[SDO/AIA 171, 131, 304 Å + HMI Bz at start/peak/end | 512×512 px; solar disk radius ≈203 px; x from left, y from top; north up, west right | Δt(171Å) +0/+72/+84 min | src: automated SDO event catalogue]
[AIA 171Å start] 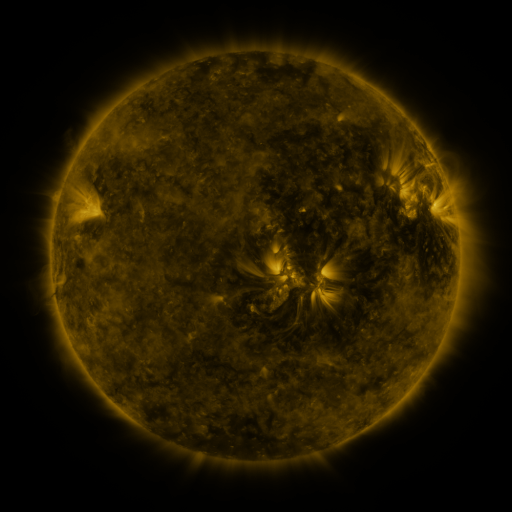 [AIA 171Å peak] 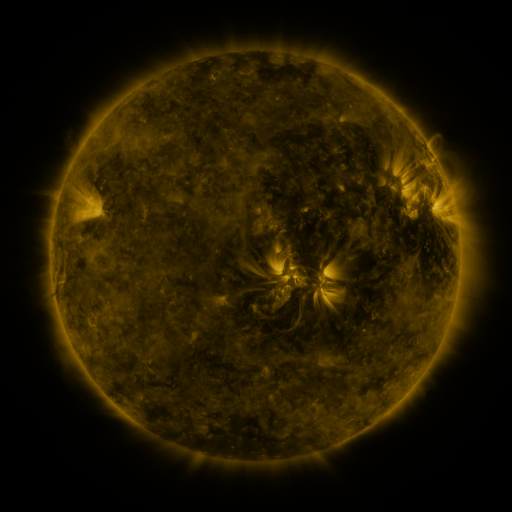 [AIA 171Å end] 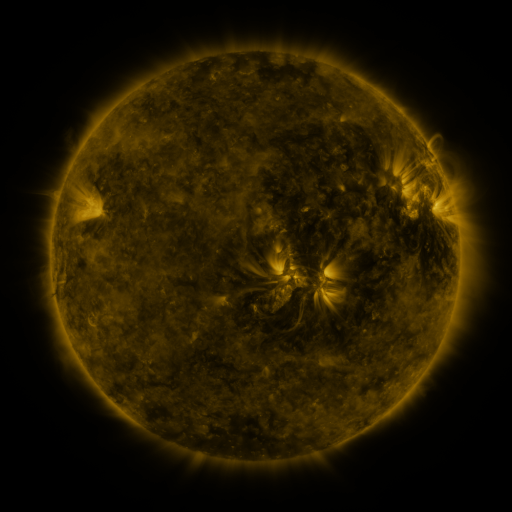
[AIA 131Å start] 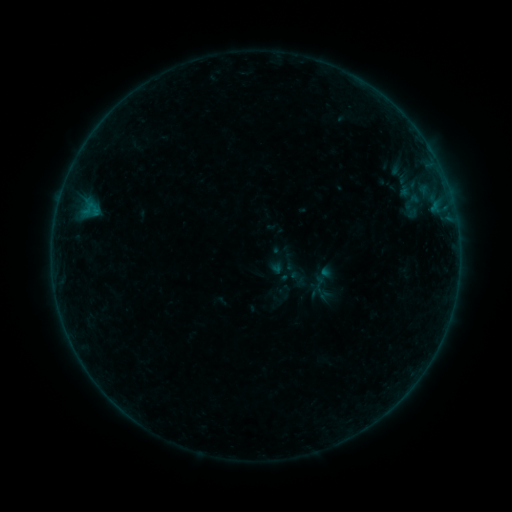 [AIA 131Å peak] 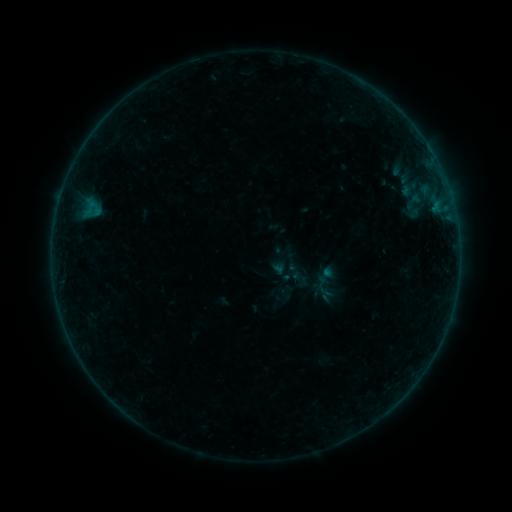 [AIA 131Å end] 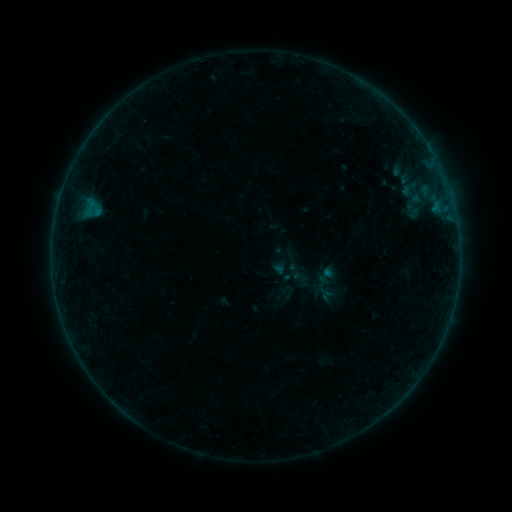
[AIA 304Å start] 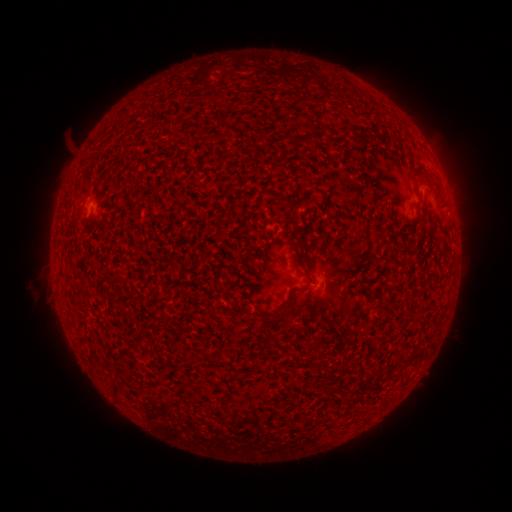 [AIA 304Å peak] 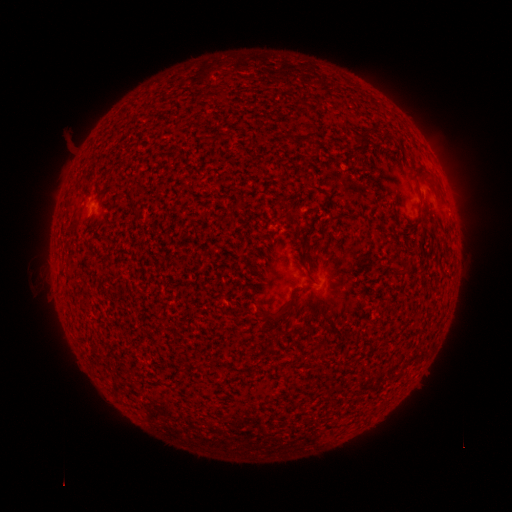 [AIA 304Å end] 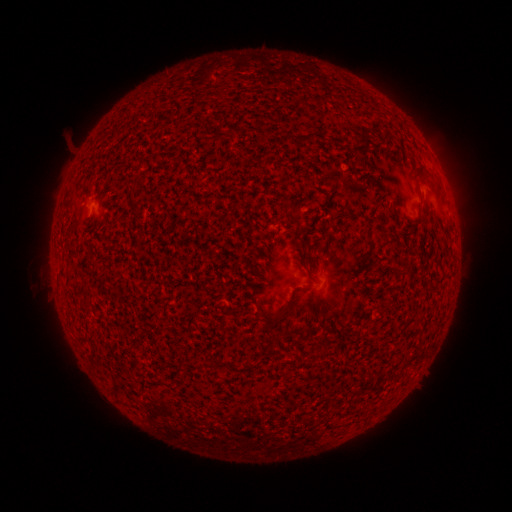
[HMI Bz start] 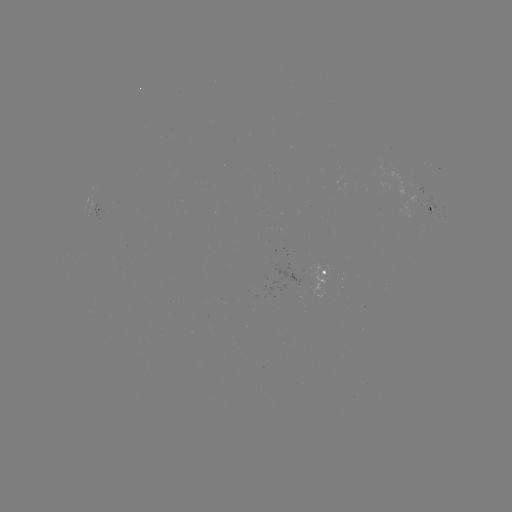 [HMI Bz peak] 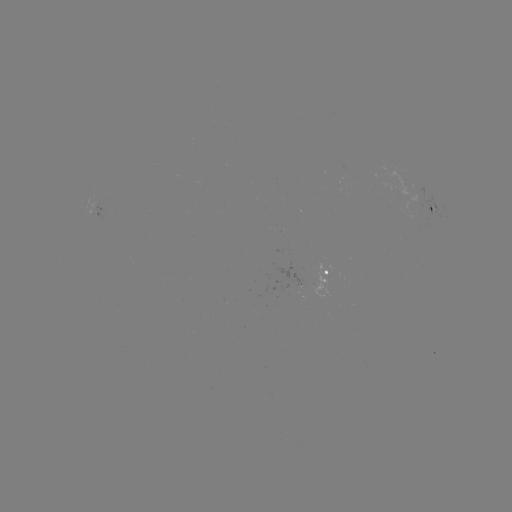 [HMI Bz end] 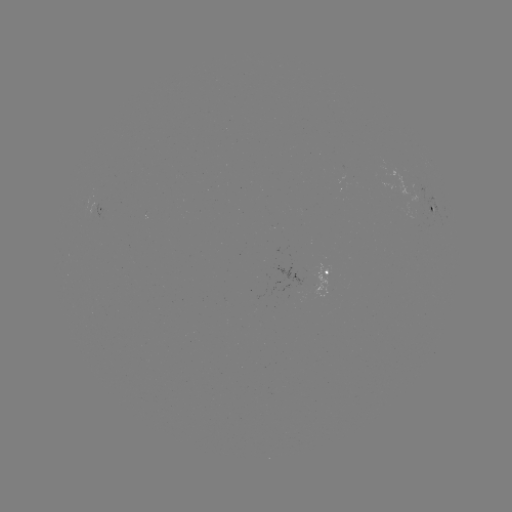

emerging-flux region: [290, 271, 305, 288]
